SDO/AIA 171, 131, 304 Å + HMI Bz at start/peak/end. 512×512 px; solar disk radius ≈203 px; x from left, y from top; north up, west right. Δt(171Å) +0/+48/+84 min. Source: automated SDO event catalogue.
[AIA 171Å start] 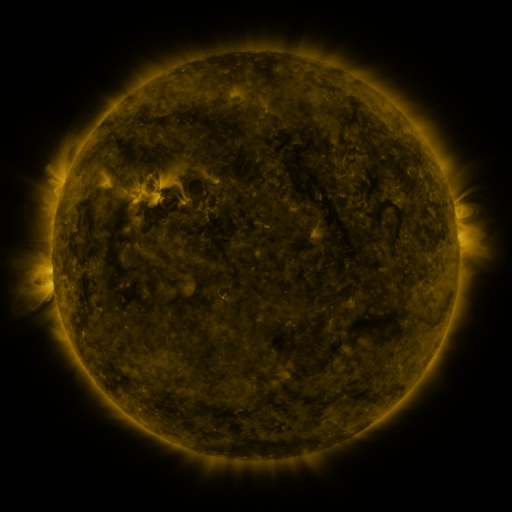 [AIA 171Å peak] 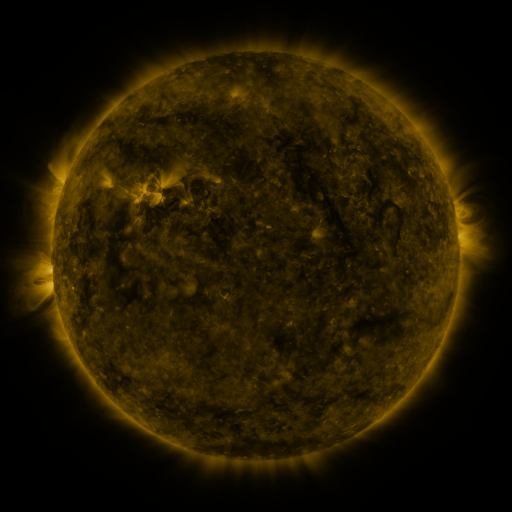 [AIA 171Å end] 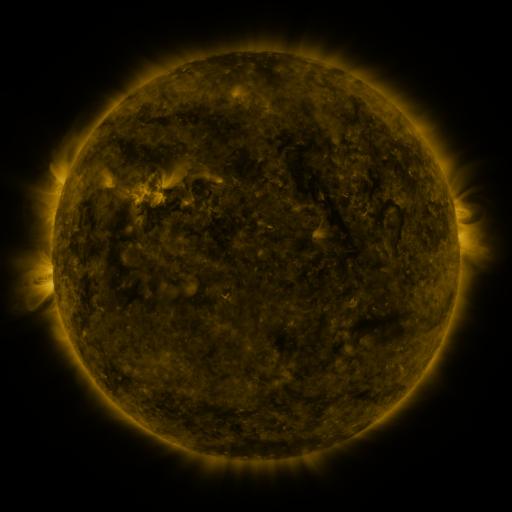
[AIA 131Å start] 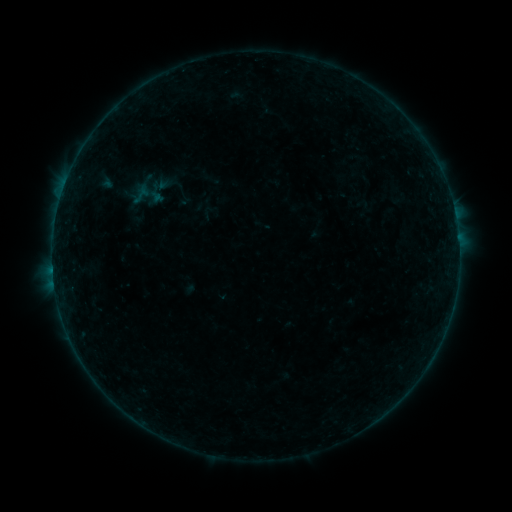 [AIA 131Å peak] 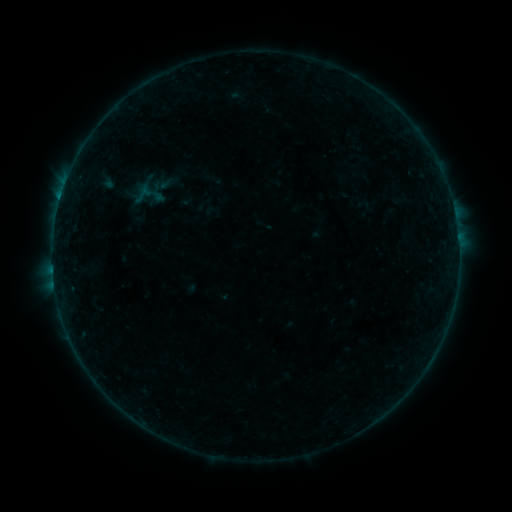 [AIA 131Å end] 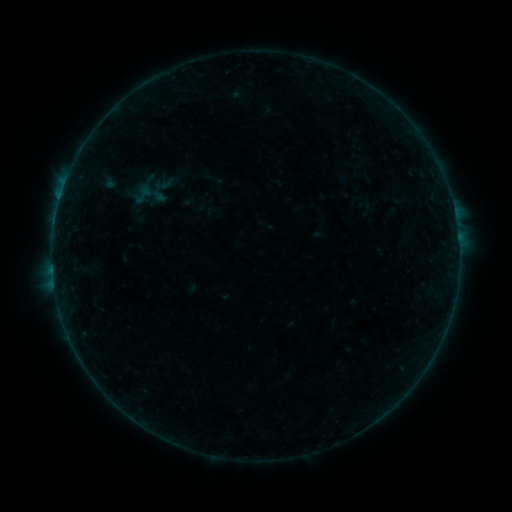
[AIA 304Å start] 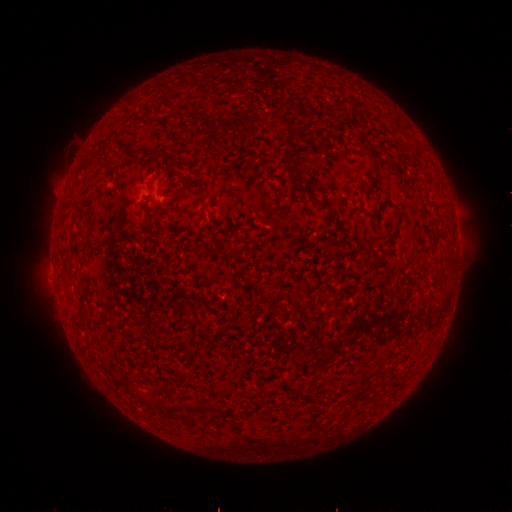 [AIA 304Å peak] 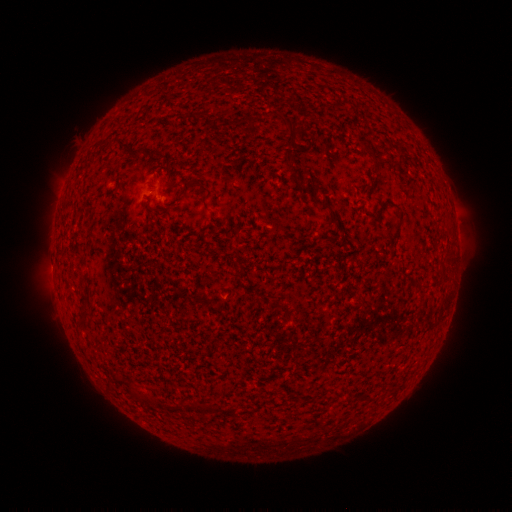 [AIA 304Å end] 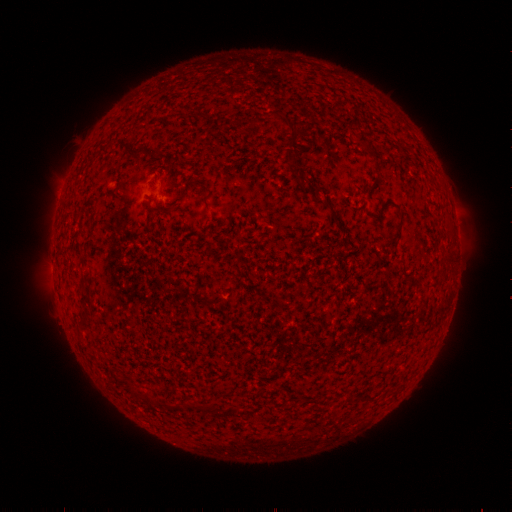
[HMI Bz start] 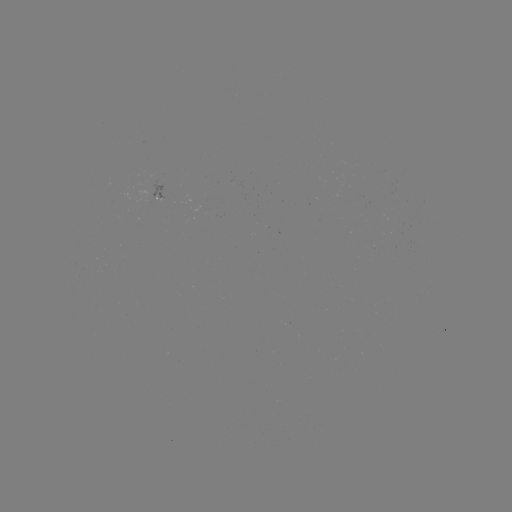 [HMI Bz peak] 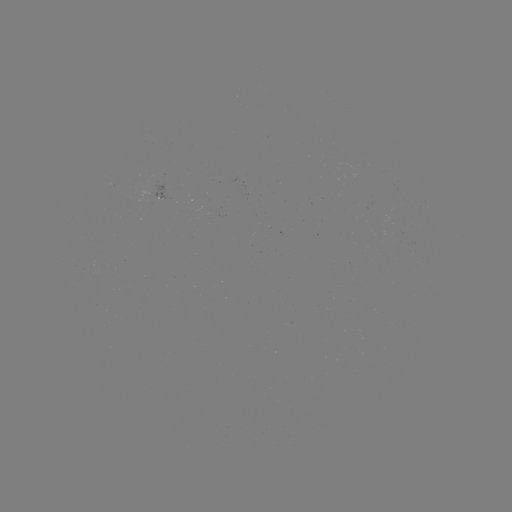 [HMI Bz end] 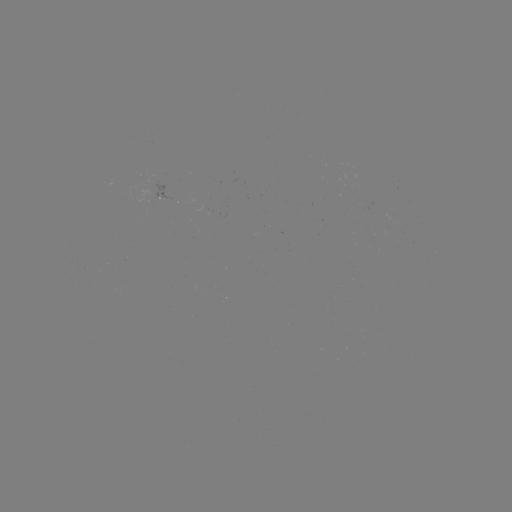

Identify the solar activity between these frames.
B2.8 flare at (60, 199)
